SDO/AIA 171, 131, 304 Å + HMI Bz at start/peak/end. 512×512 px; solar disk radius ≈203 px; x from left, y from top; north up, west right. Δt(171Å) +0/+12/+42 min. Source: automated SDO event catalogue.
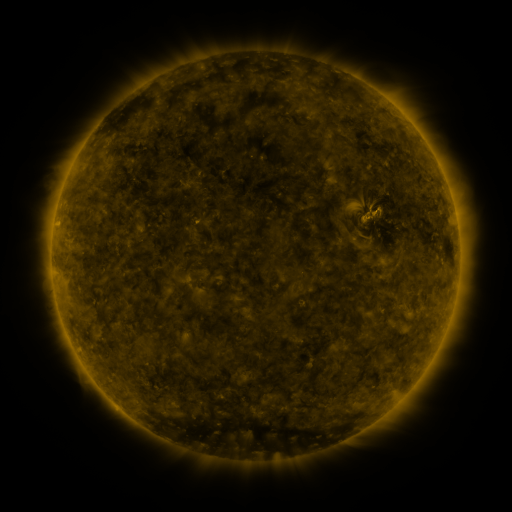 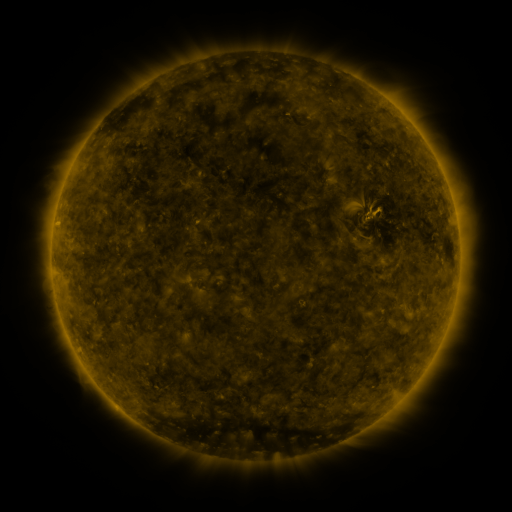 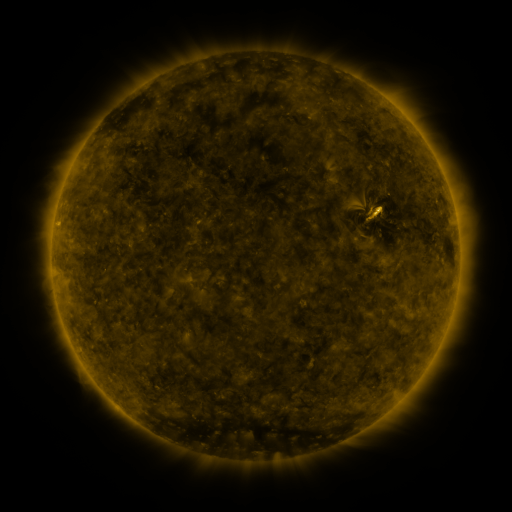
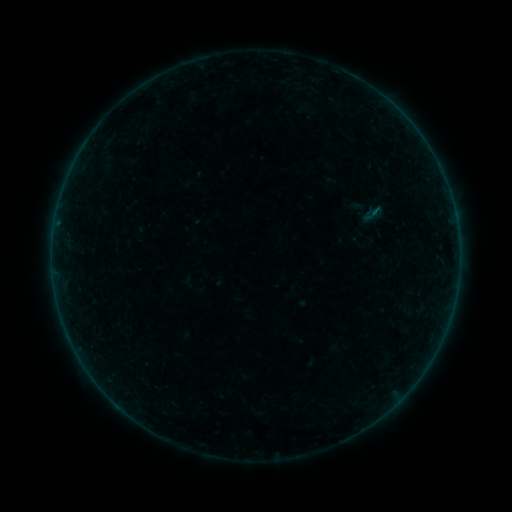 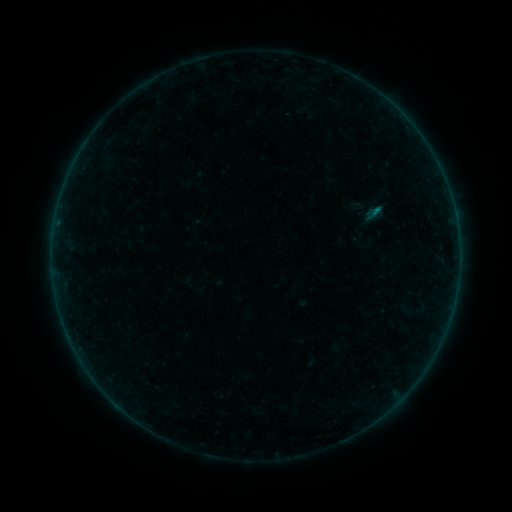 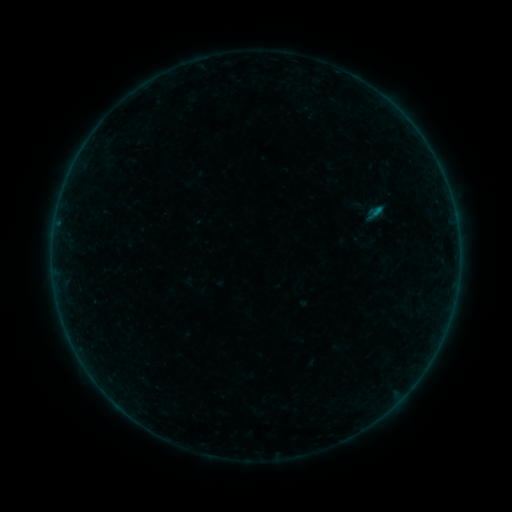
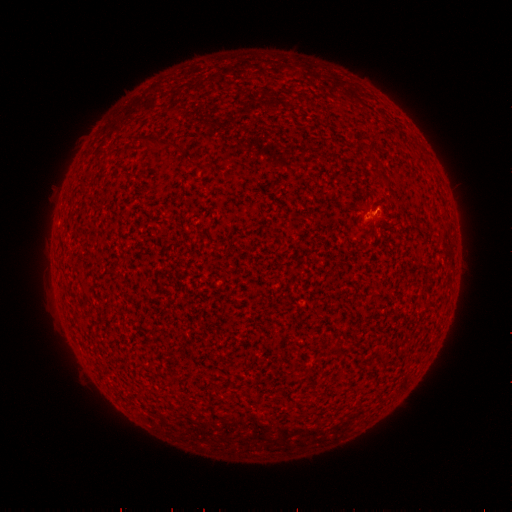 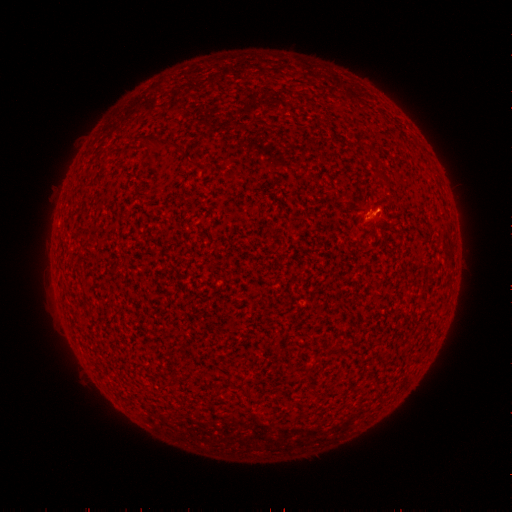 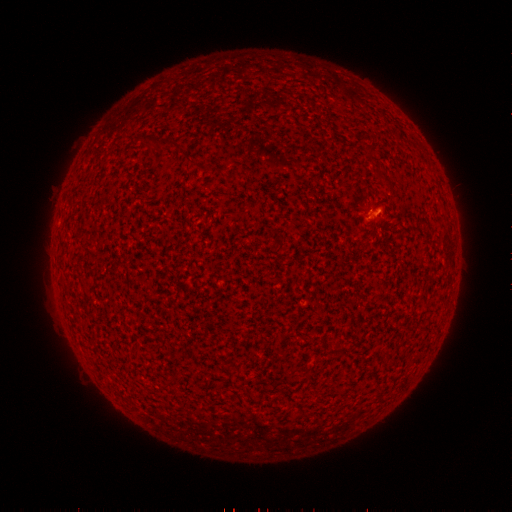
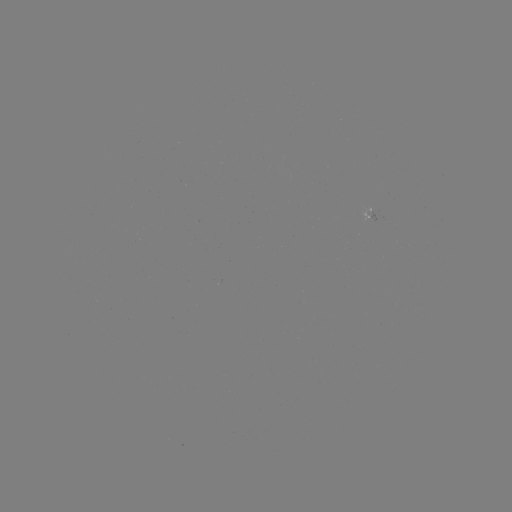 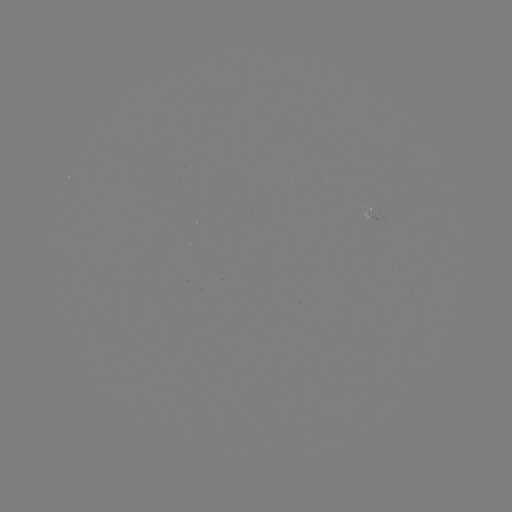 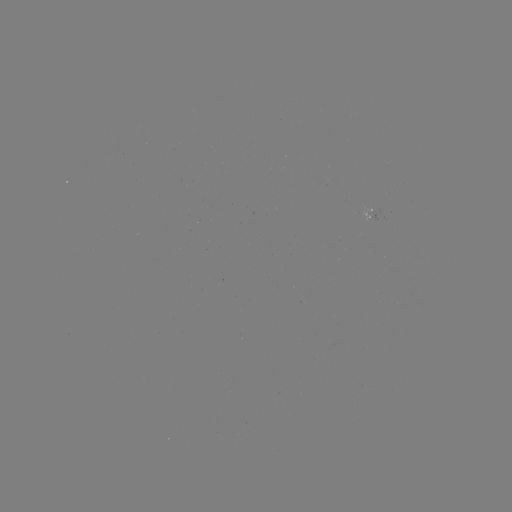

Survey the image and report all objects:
B2.3 flare: (375, 214)
